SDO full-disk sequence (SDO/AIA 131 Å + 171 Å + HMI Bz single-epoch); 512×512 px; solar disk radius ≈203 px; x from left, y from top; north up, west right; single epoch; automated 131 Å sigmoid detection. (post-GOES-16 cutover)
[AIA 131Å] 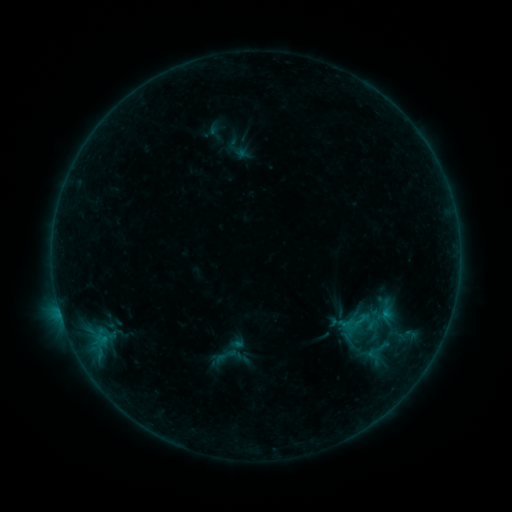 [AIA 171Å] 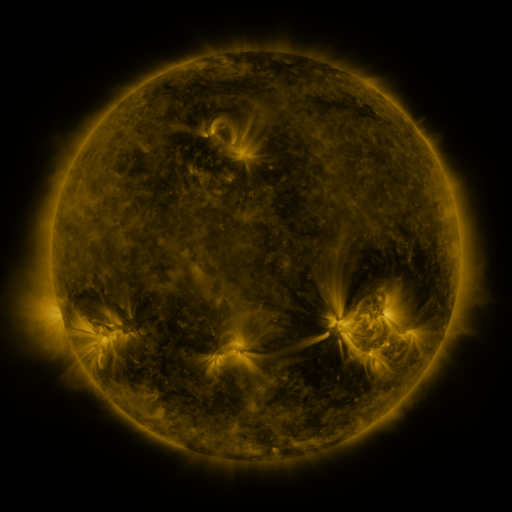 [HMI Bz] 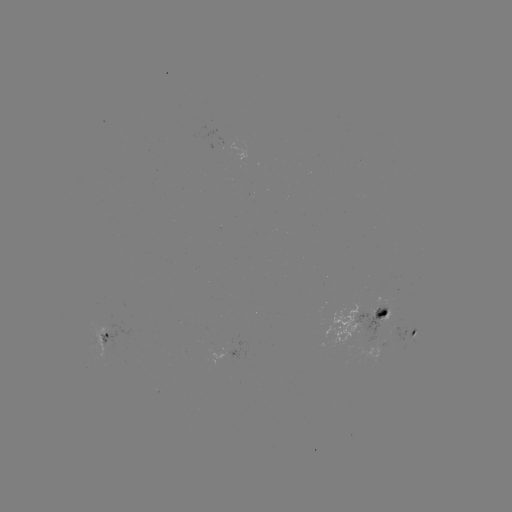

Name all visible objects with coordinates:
sigmoid: (362, 320)
sigmoid: (226, 355)
